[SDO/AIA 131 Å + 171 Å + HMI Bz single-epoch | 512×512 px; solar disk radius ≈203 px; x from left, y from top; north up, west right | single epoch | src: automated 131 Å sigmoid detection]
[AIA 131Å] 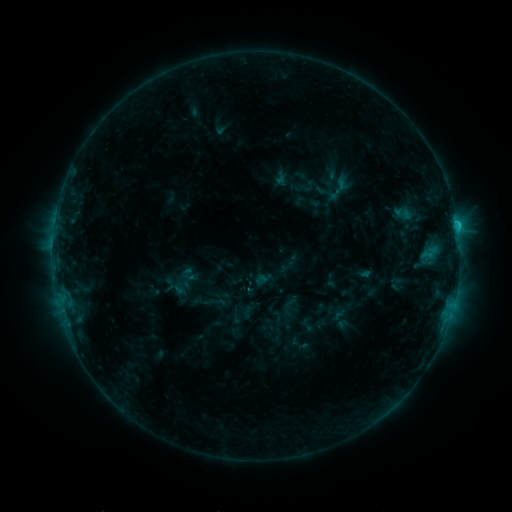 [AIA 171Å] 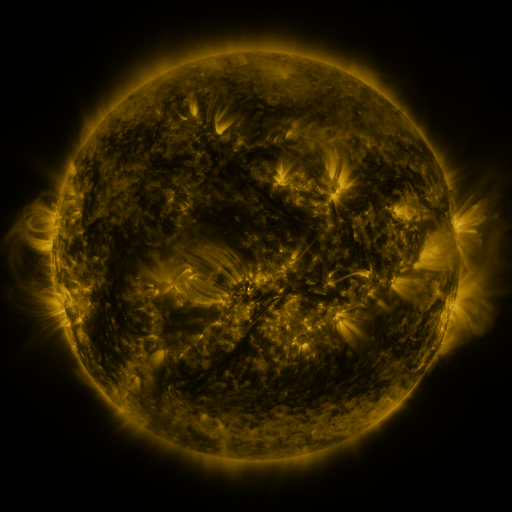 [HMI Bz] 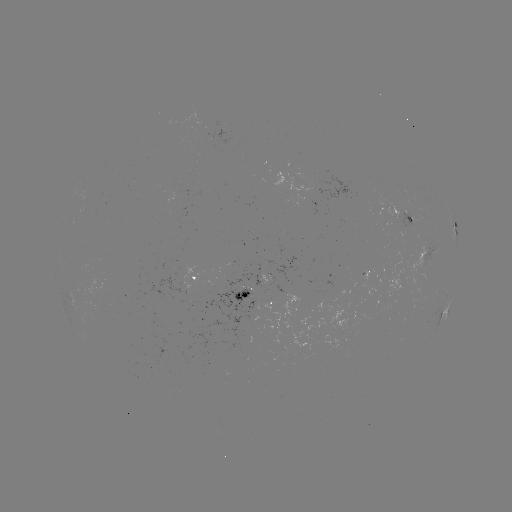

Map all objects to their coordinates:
sigmoid: [391, 202, 414, 224]
